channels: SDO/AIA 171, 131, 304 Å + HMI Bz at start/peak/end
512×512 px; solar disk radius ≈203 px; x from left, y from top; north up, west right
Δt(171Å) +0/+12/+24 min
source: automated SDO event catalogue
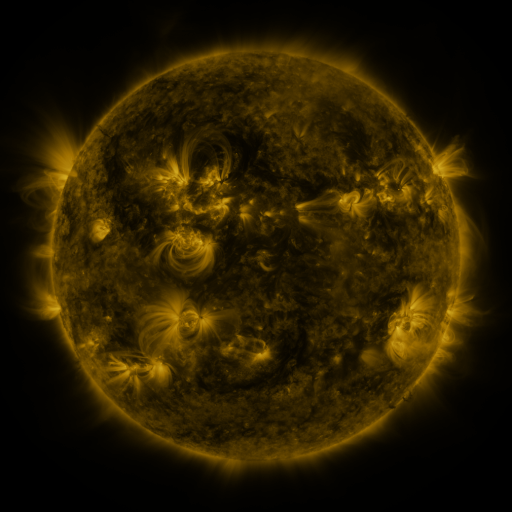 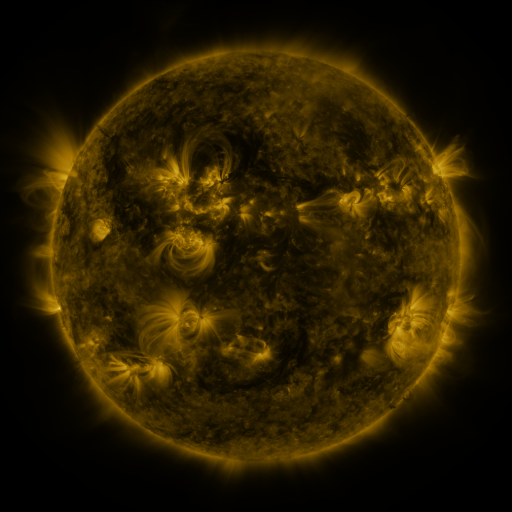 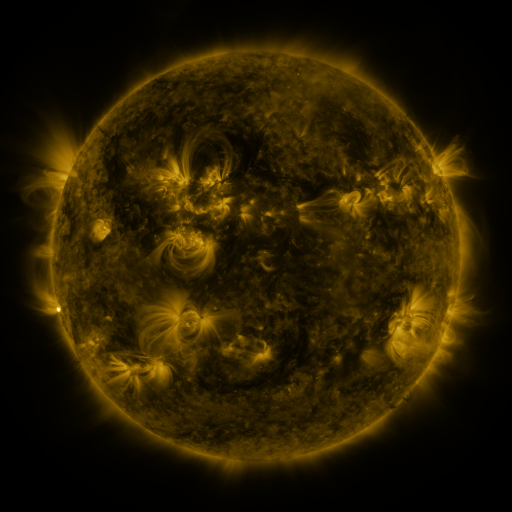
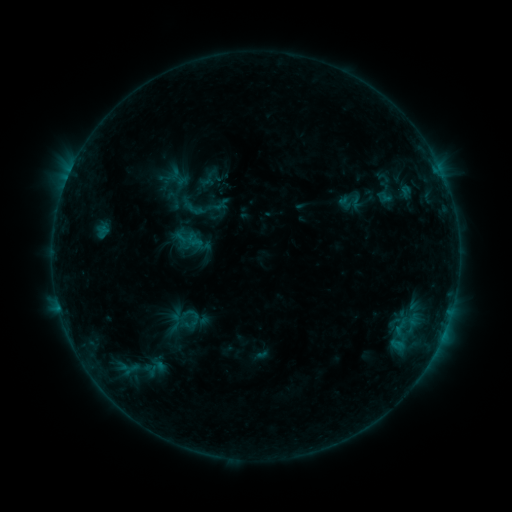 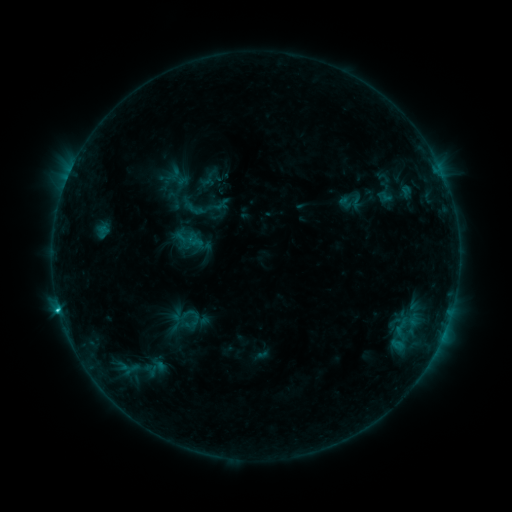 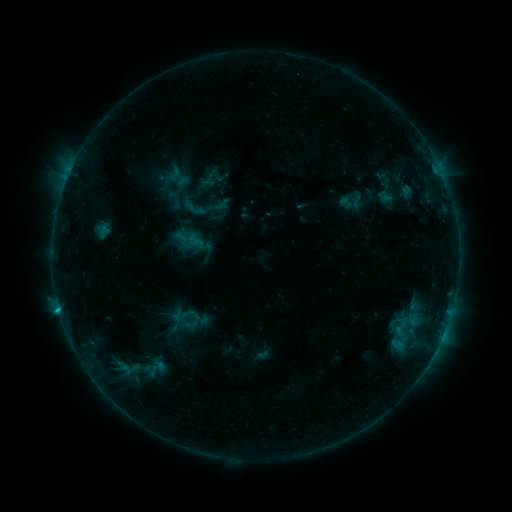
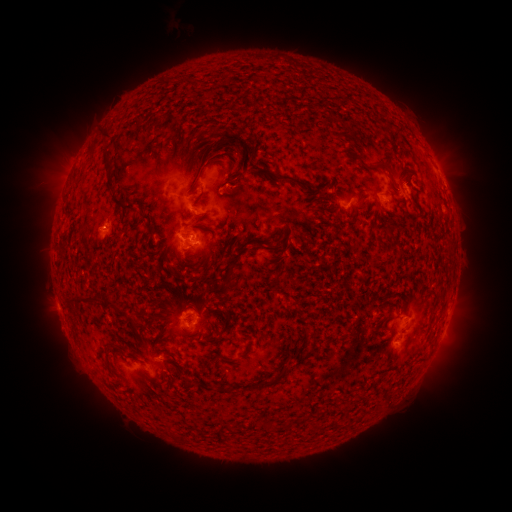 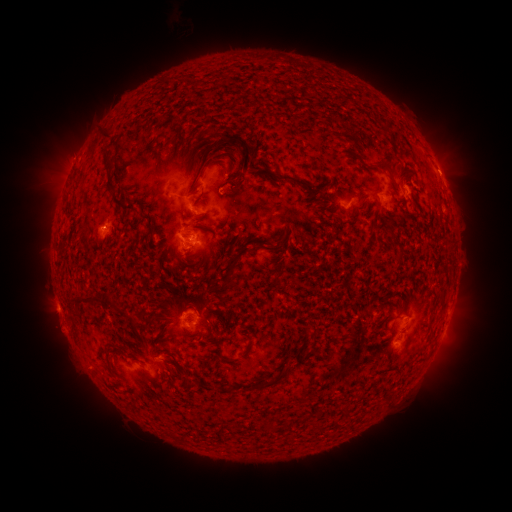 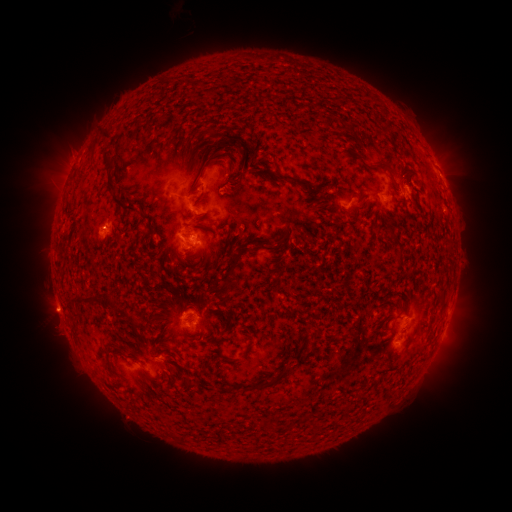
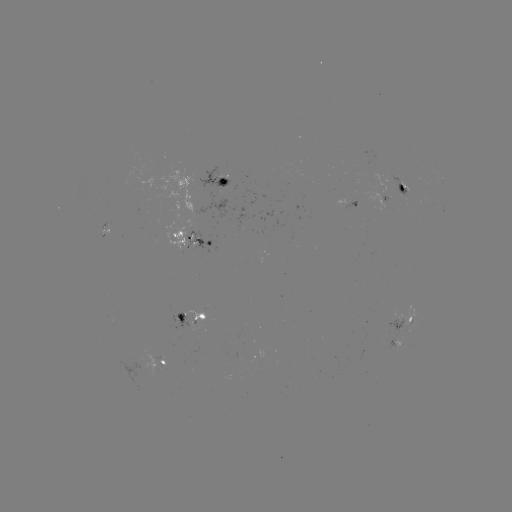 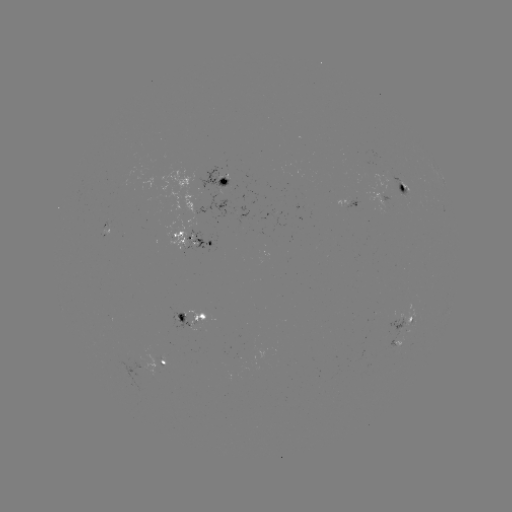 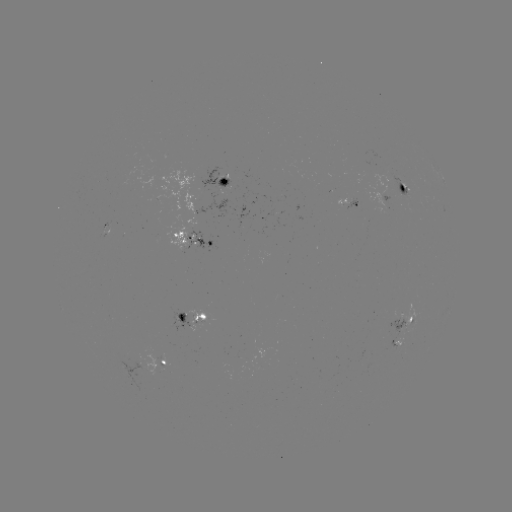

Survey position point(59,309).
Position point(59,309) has C1.1 flare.